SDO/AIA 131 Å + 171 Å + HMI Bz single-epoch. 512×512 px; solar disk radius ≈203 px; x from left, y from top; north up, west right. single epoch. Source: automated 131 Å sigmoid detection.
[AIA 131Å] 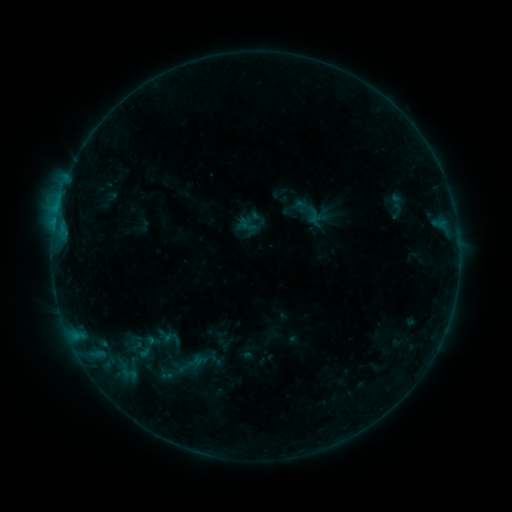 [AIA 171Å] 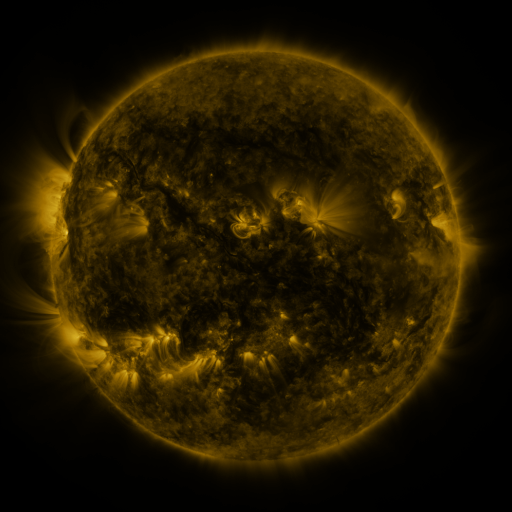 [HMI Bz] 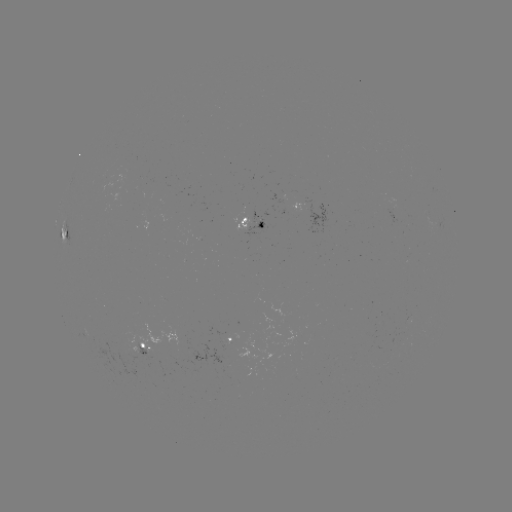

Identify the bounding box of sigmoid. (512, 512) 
[290, 196, 313, 215].